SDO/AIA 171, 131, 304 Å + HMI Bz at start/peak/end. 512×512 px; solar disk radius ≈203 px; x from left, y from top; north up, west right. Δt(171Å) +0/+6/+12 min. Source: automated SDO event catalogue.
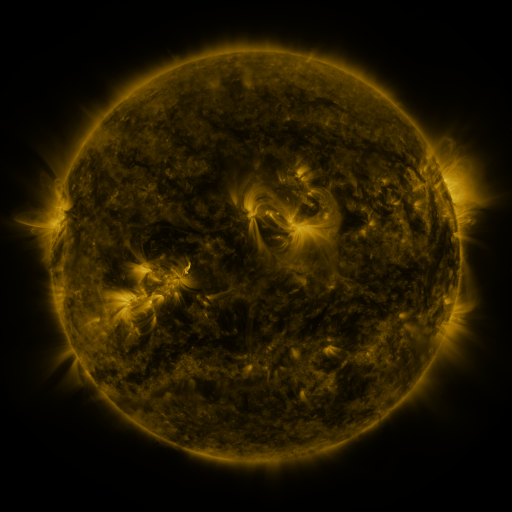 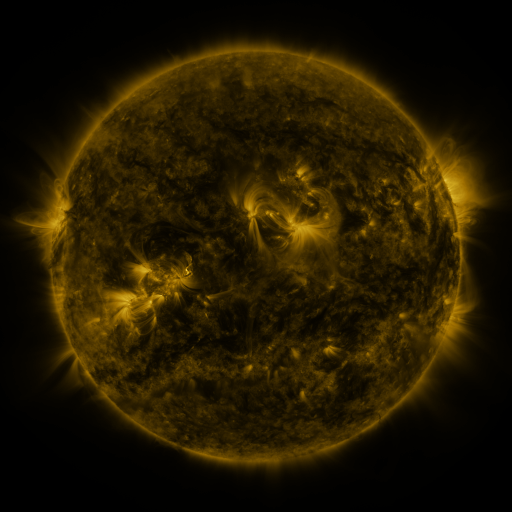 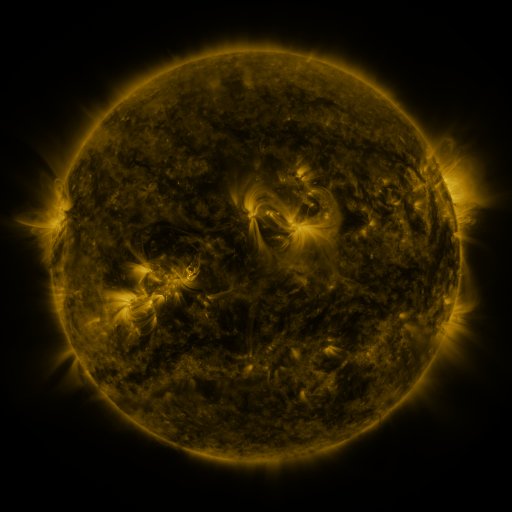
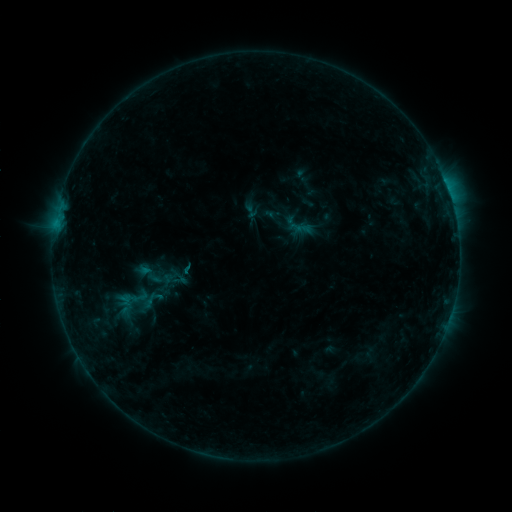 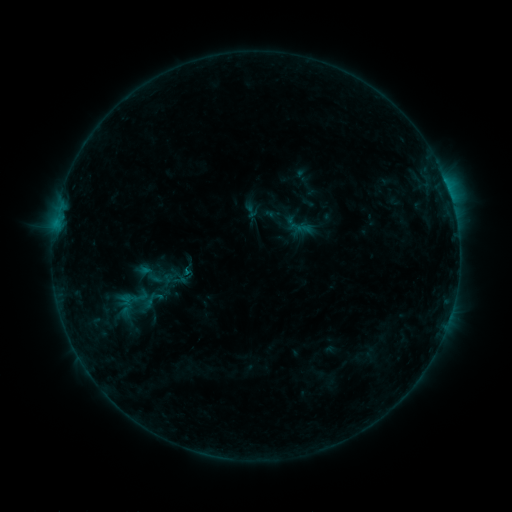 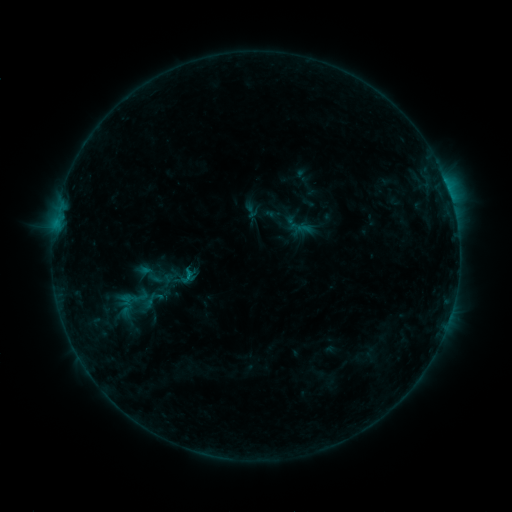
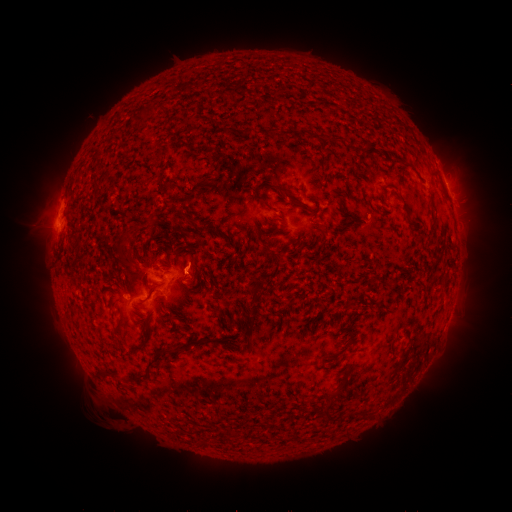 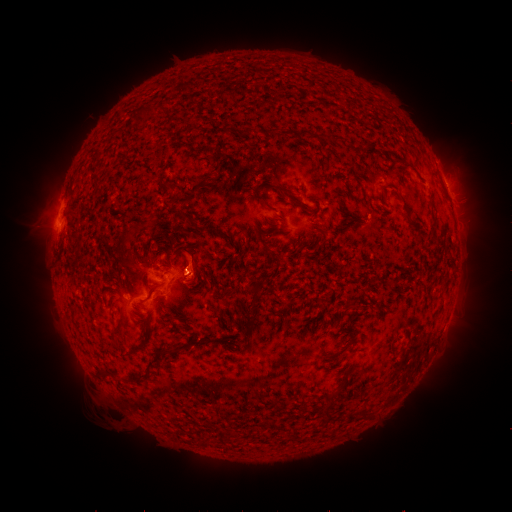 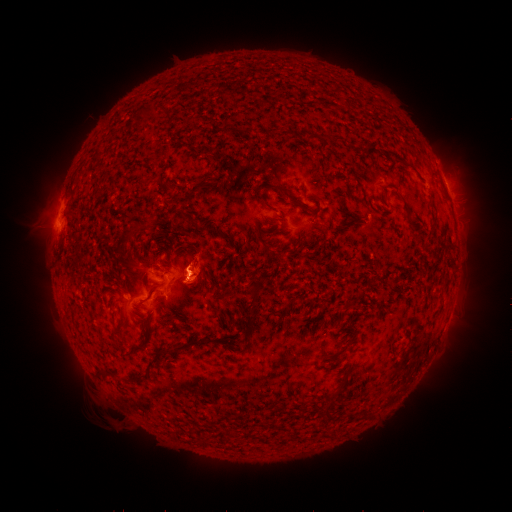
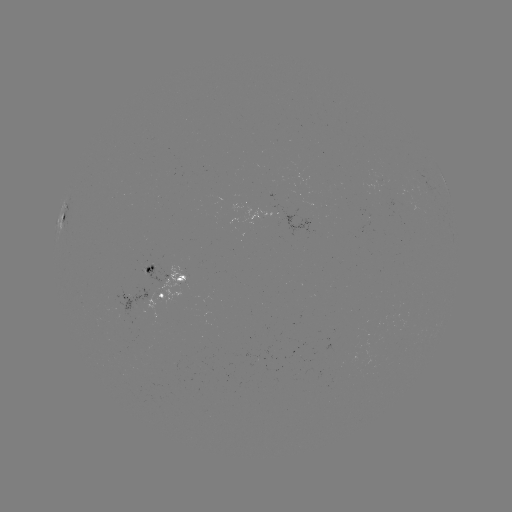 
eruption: [160, 202, 235, 309]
